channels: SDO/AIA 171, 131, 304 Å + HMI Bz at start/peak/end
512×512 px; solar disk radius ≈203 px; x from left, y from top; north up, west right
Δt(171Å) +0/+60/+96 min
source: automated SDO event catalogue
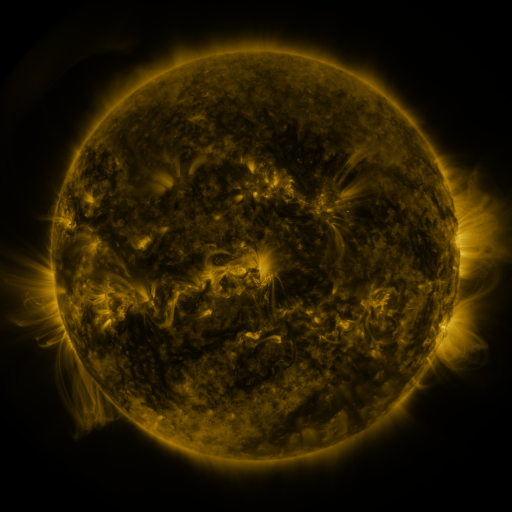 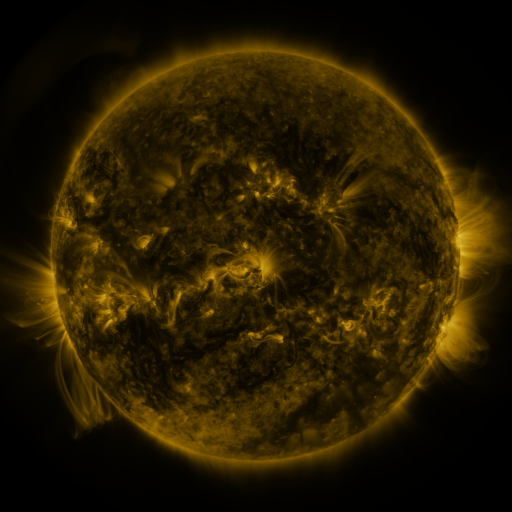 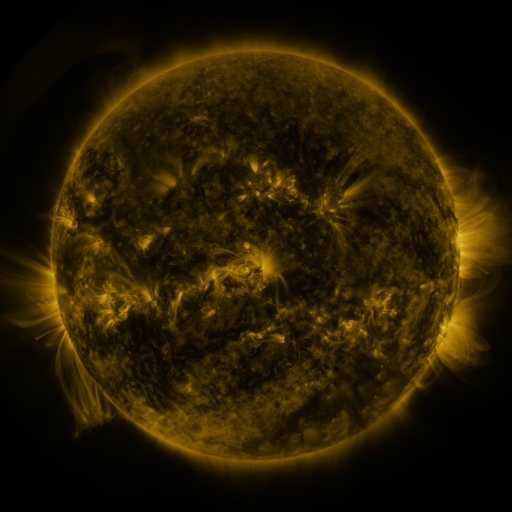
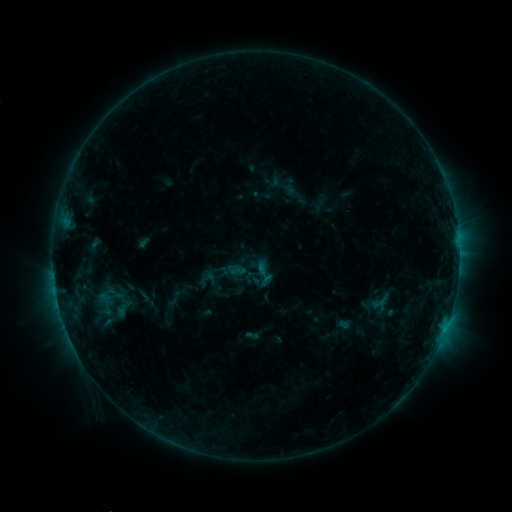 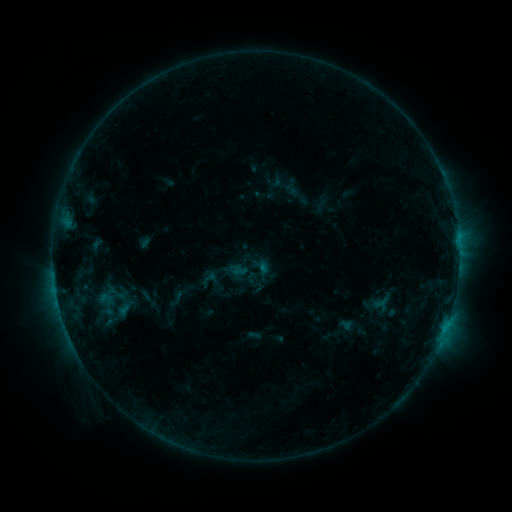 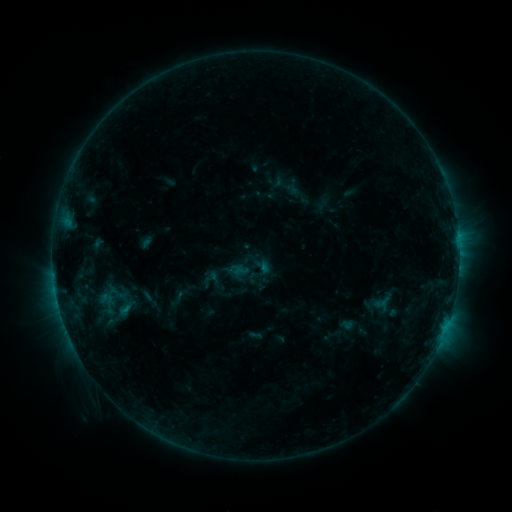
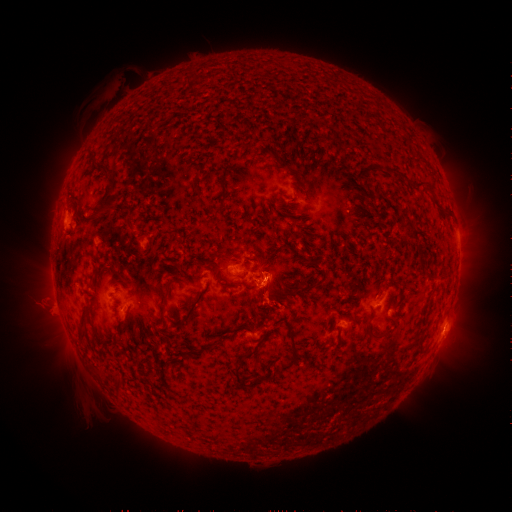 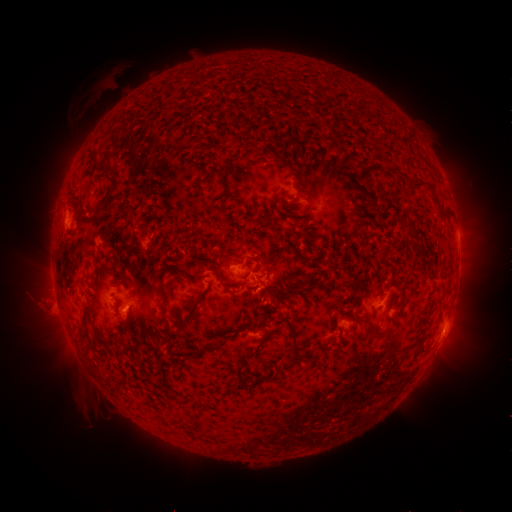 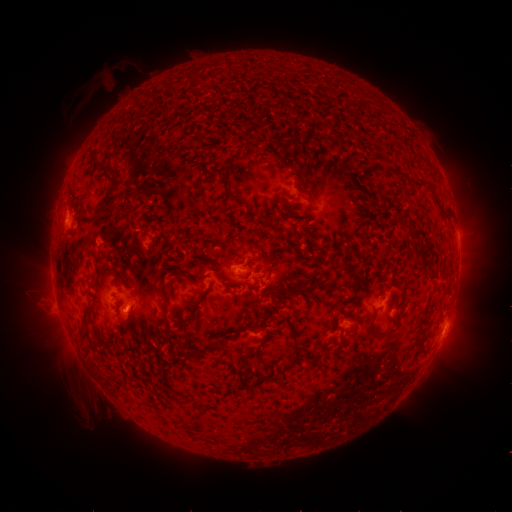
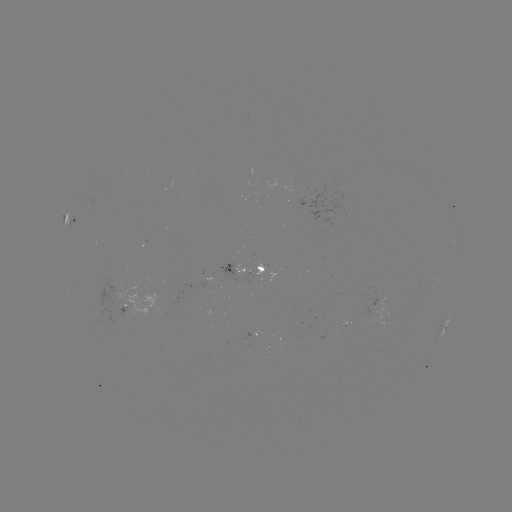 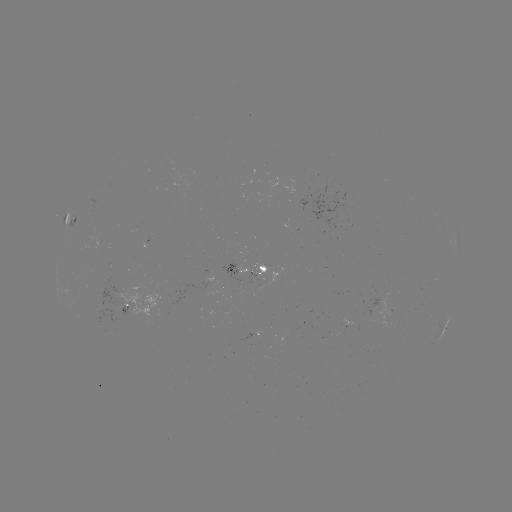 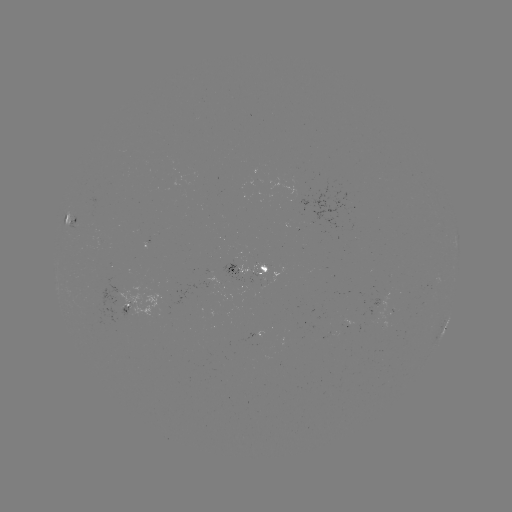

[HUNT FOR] emerging-flux region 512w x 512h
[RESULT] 98,236